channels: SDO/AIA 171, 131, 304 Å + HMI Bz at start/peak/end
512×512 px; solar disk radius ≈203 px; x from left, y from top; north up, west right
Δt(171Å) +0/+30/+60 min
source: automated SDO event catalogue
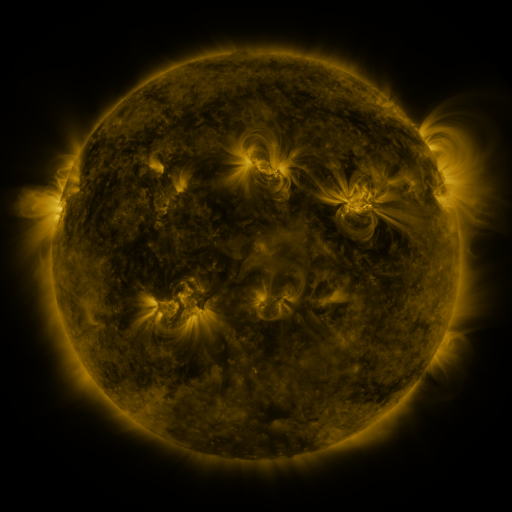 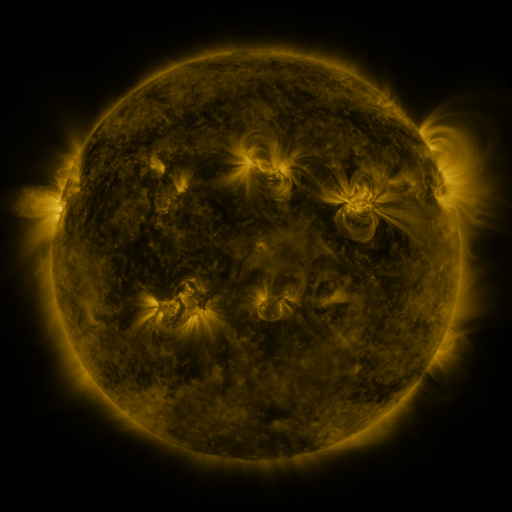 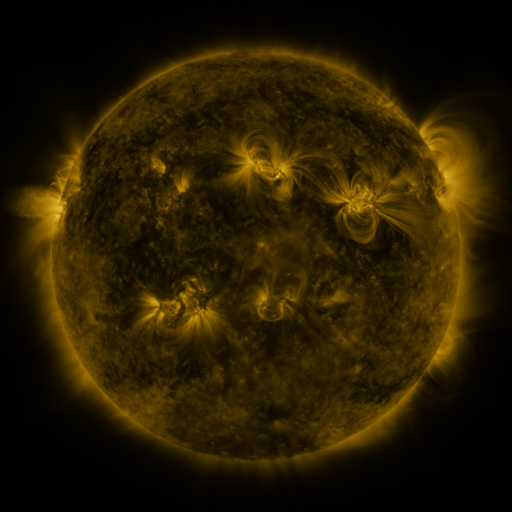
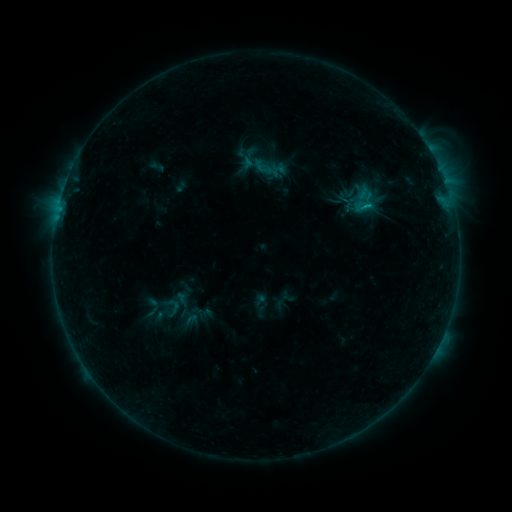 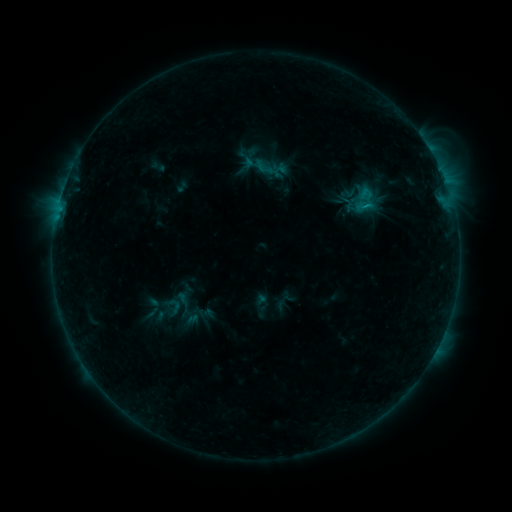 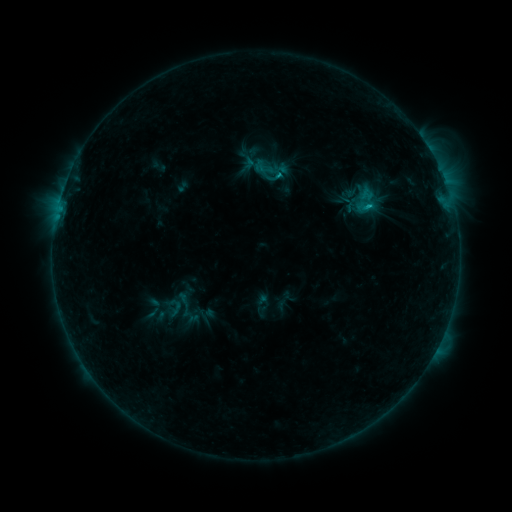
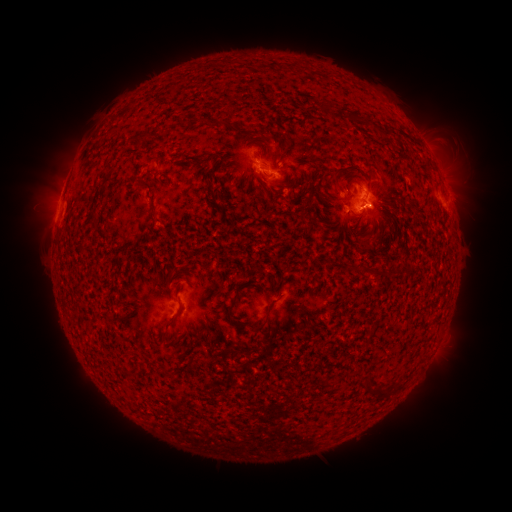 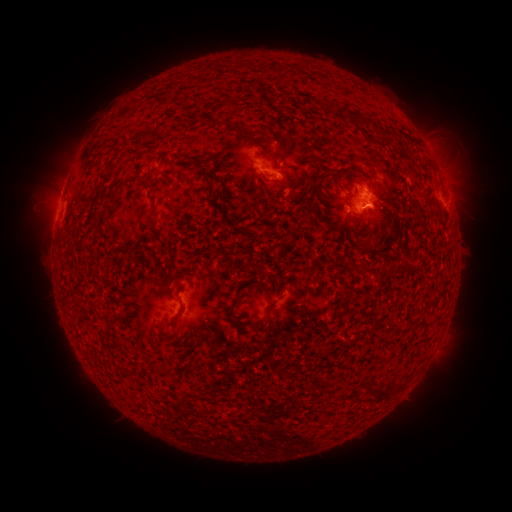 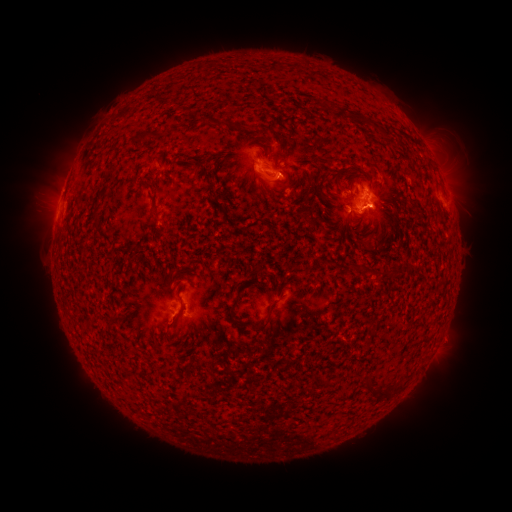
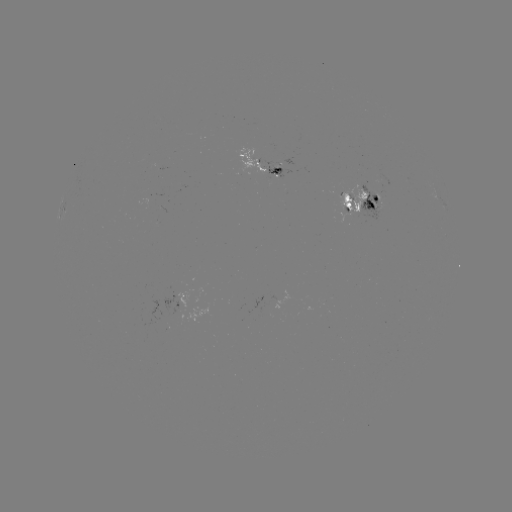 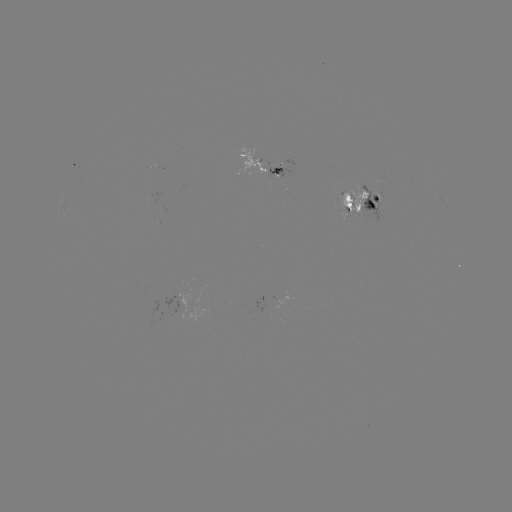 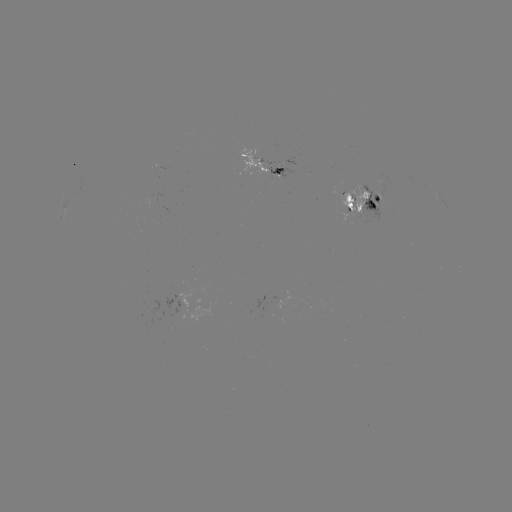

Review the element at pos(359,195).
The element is emerging-flux region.